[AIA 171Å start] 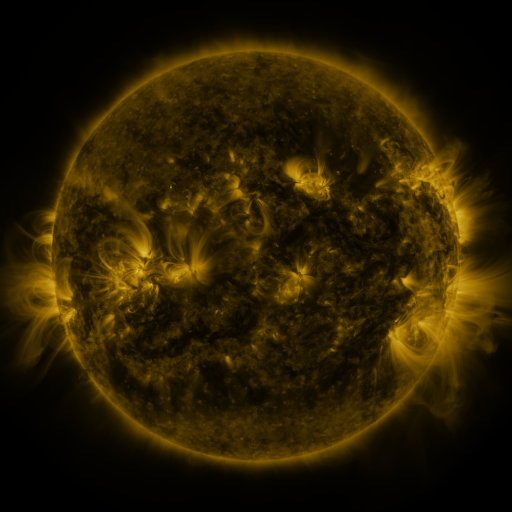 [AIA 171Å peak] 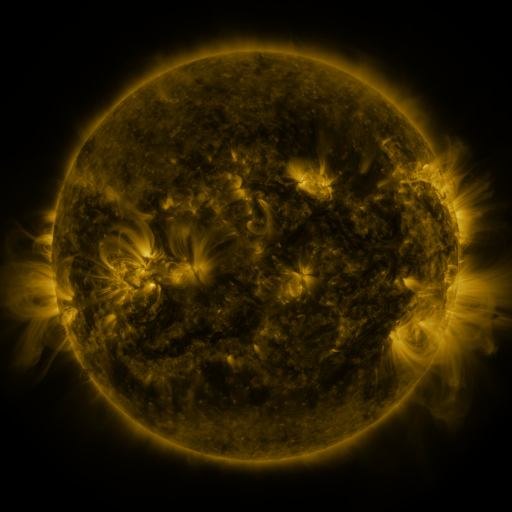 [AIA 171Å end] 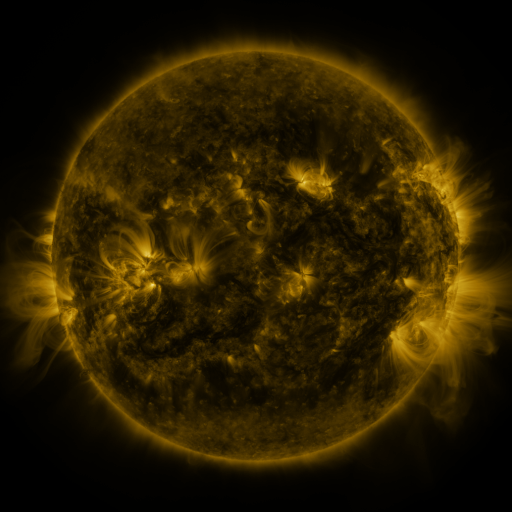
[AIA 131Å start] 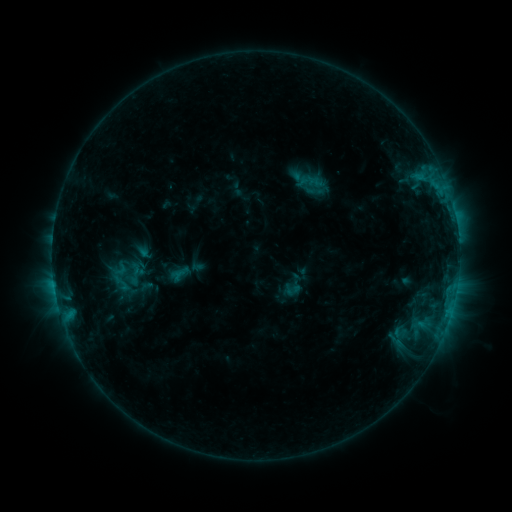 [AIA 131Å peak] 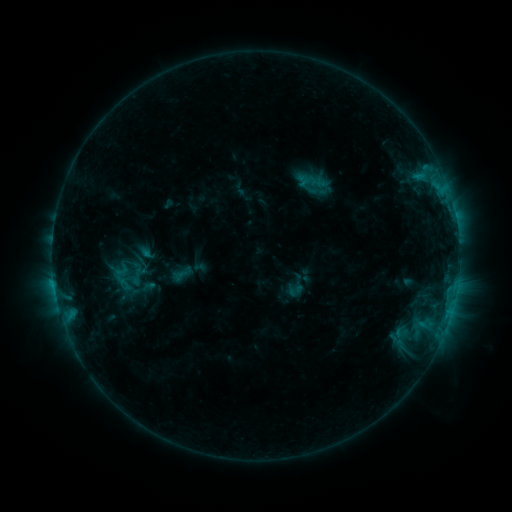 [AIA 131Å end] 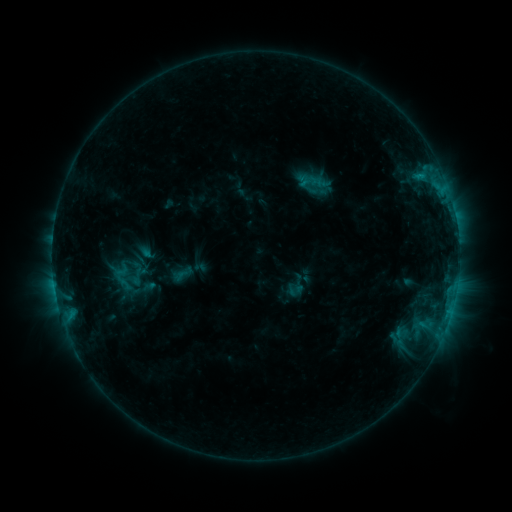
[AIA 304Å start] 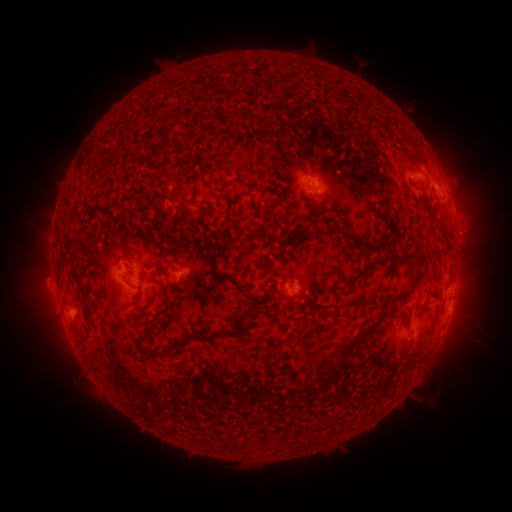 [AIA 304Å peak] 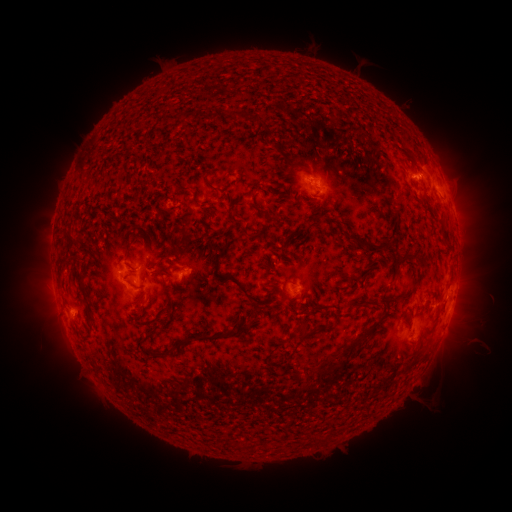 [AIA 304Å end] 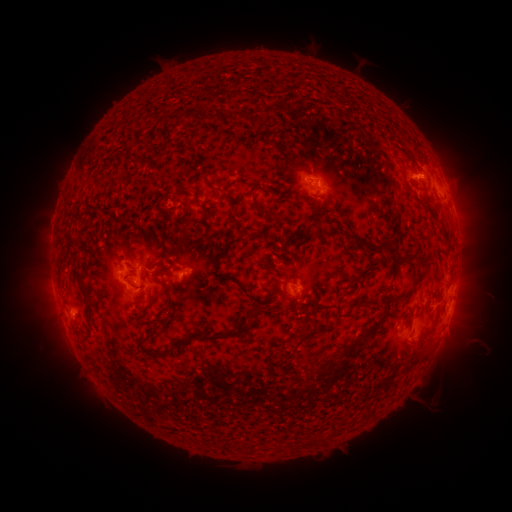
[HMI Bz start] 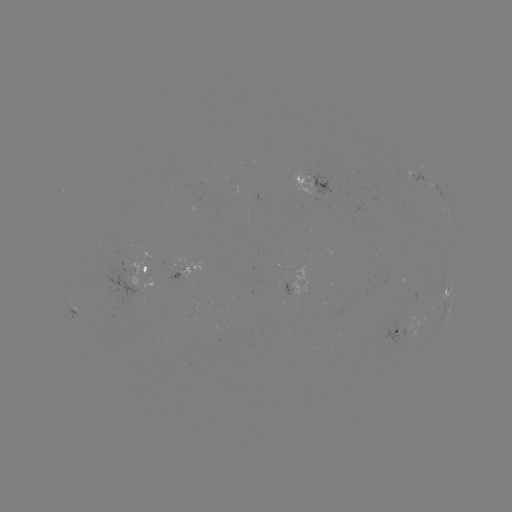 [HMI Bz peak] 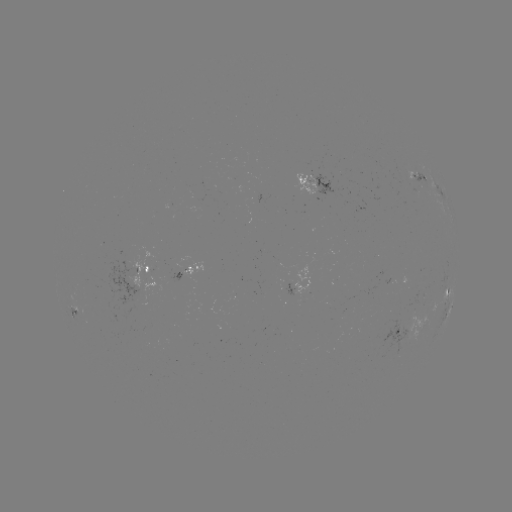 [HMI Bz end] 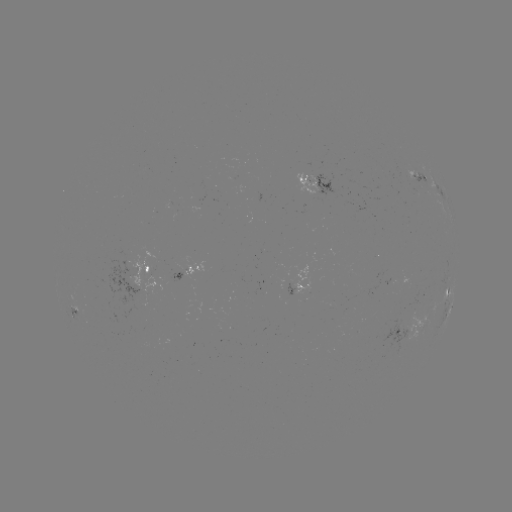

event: emerging-flux region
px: (307, 182)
